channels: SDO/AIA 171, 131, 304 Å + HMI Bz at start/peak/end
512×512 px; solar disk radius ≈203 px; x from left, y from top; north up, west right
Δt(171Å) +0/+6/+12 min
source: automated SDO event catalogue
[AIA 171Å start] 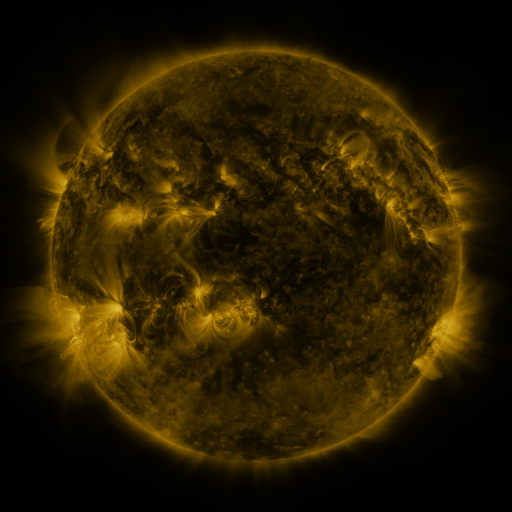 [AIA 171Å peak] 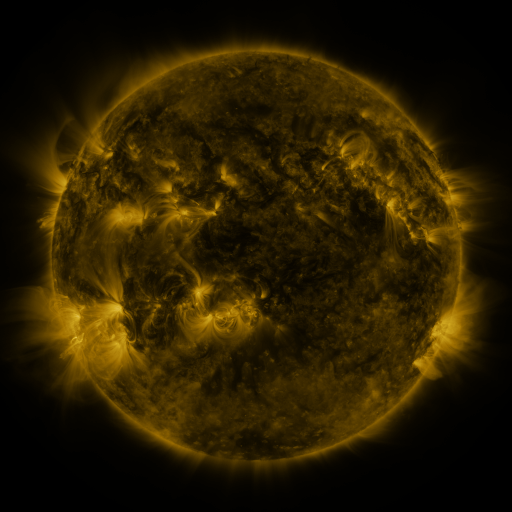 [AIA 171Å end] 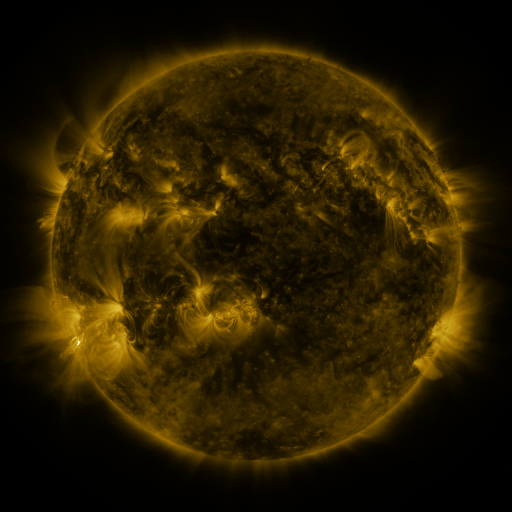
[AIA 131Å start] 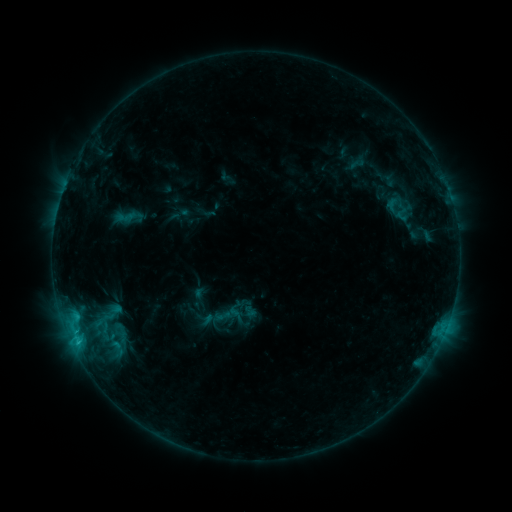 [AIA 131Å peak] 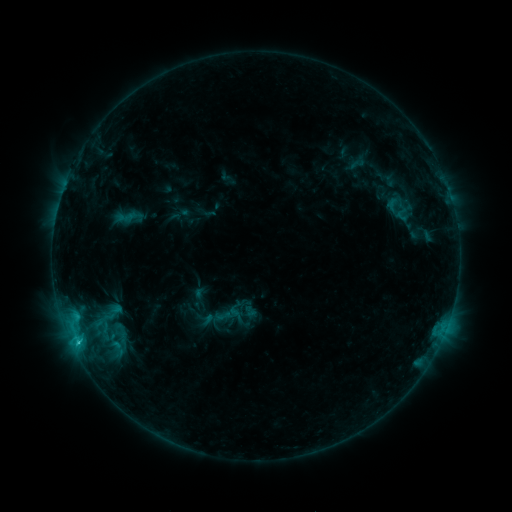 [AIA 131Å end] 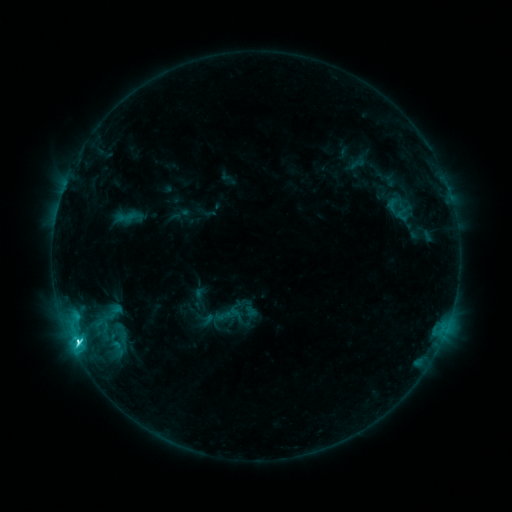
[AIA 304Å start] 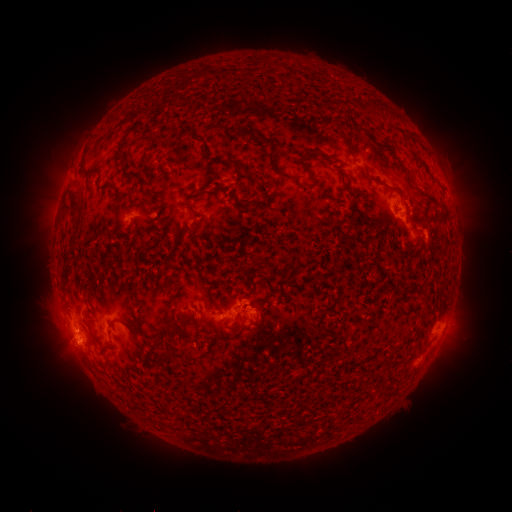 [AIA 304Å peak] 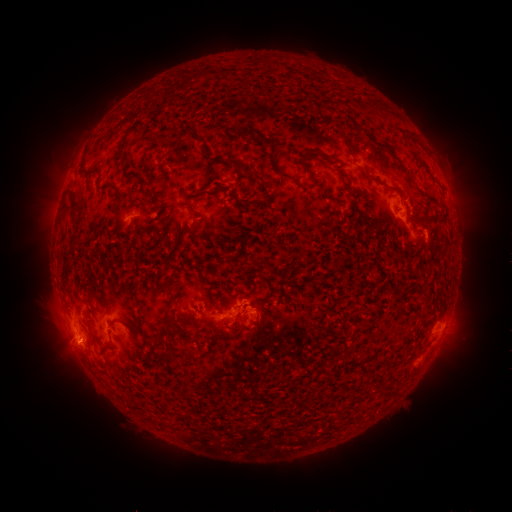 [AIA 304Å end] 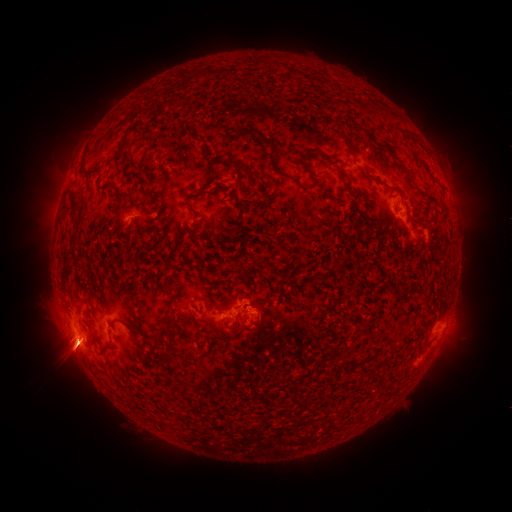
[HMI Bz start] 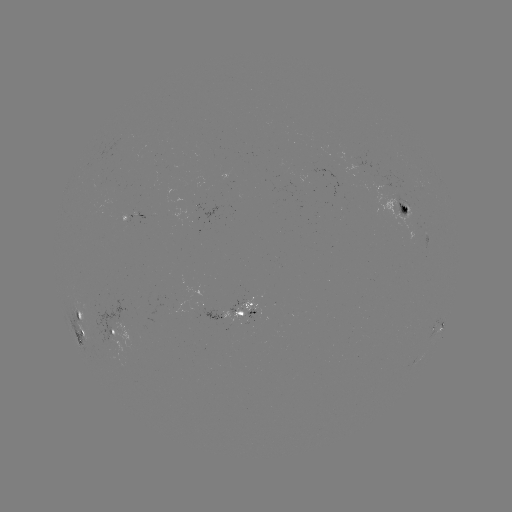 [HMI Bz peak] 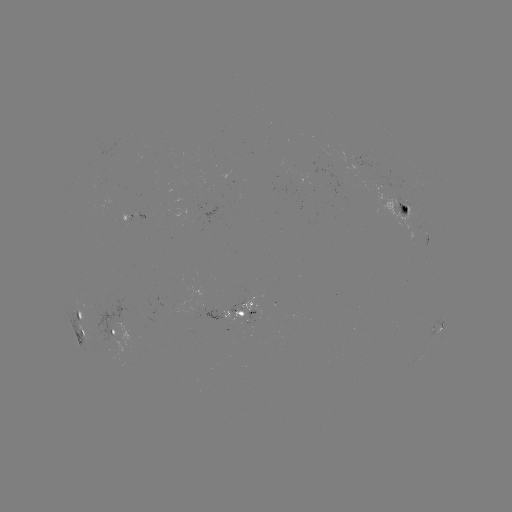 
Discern C5.4 flare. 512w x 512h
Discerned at (77, 343).